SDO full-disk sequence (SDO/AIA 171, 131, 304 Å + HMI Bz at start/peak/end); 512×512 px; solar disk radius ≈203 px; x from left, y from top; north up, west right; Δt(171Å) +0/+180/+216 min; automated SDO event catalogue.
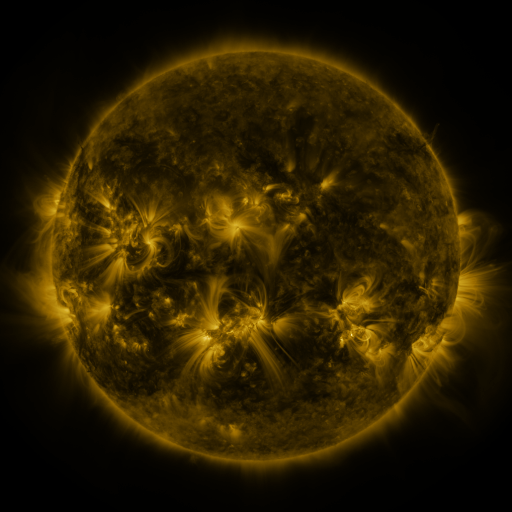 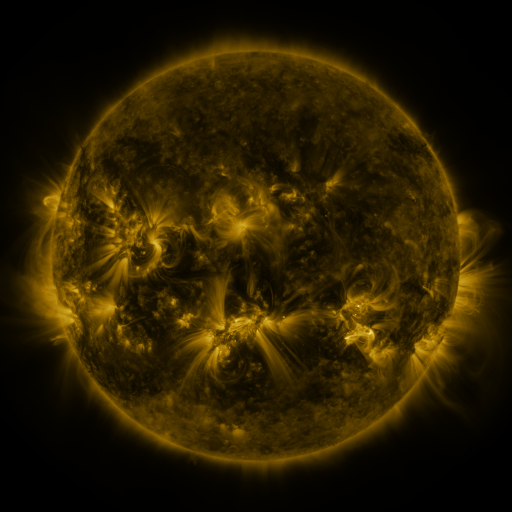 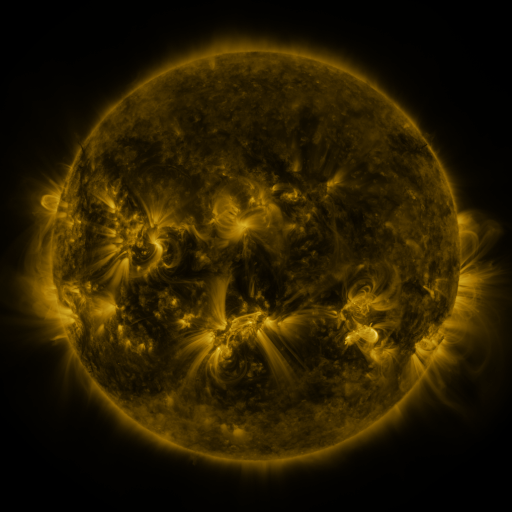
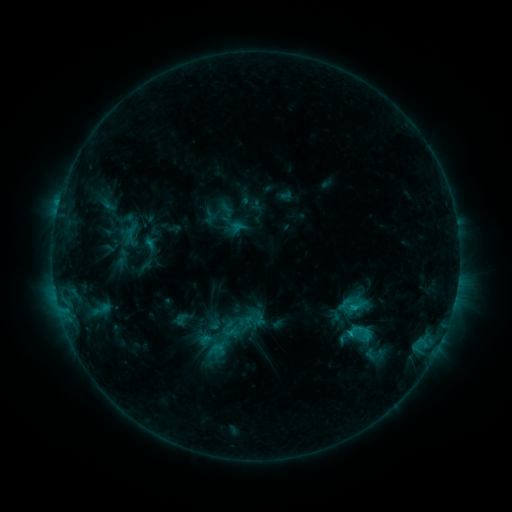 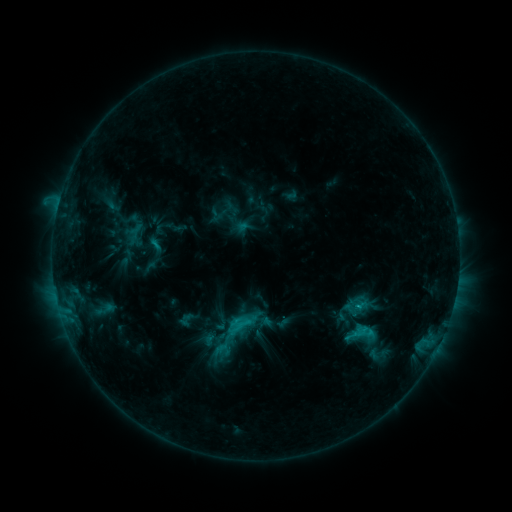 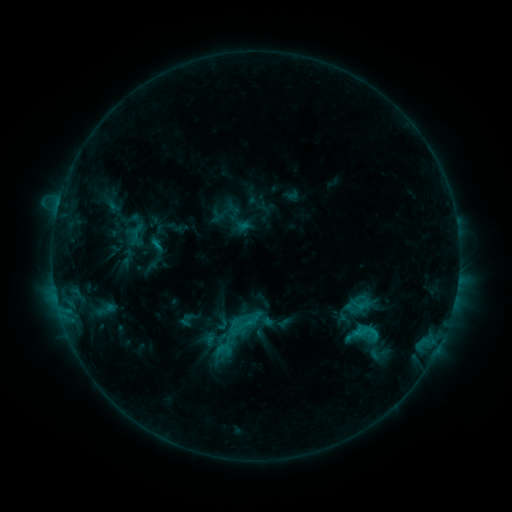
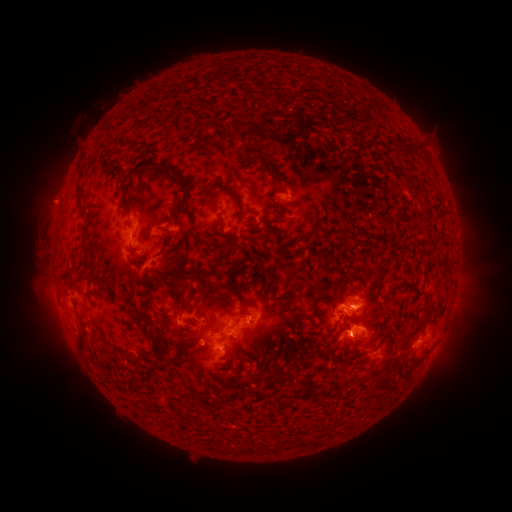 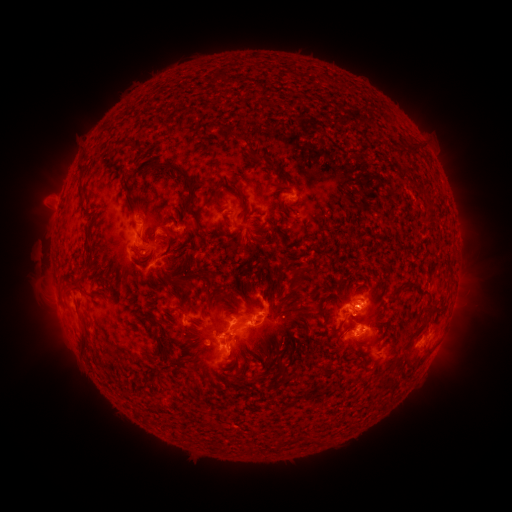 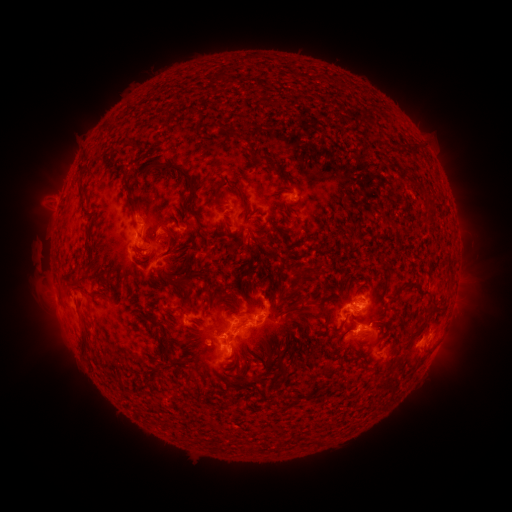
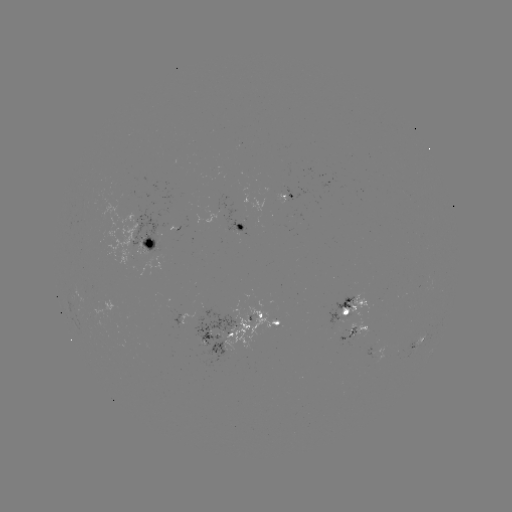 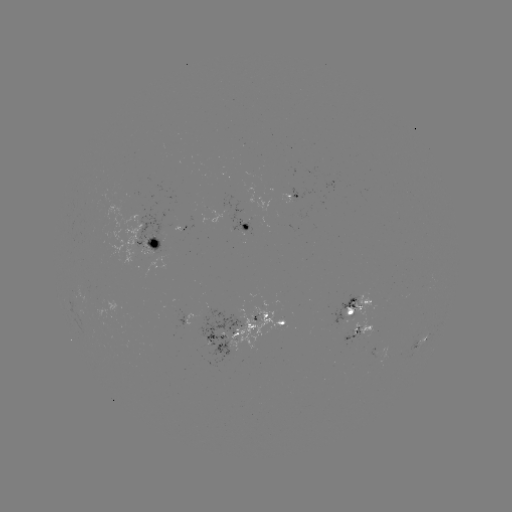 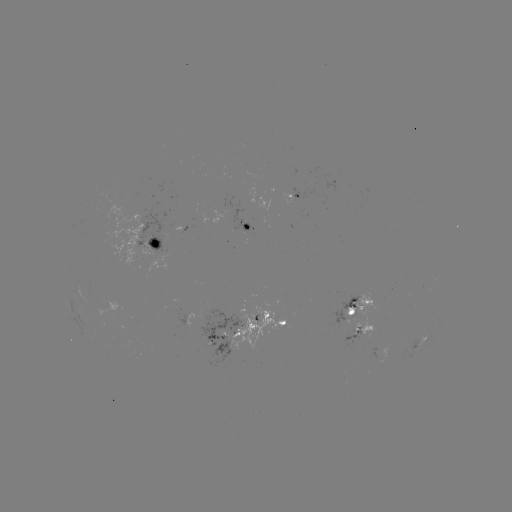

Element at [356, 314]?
emerging-flux region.